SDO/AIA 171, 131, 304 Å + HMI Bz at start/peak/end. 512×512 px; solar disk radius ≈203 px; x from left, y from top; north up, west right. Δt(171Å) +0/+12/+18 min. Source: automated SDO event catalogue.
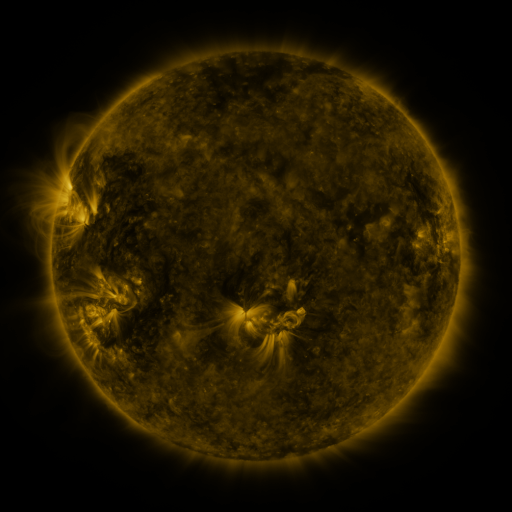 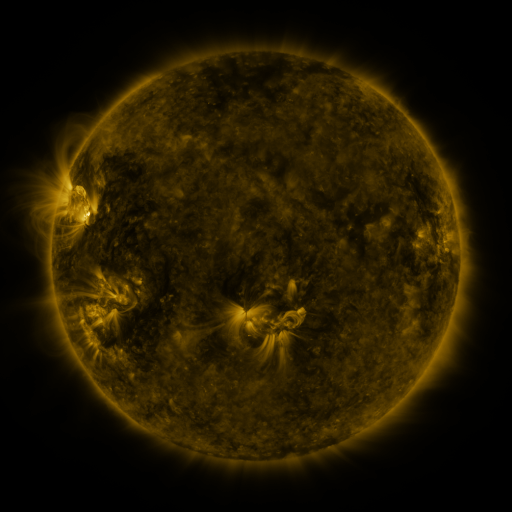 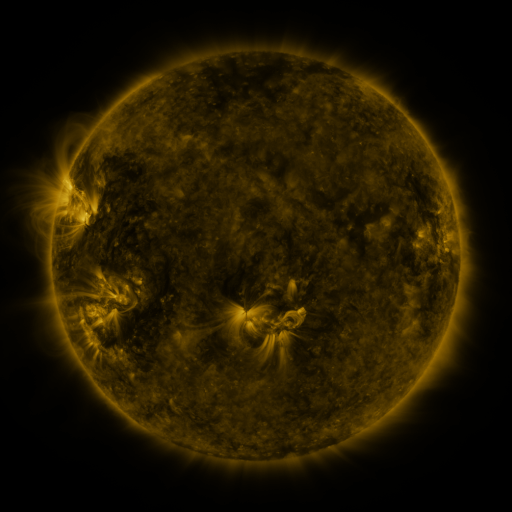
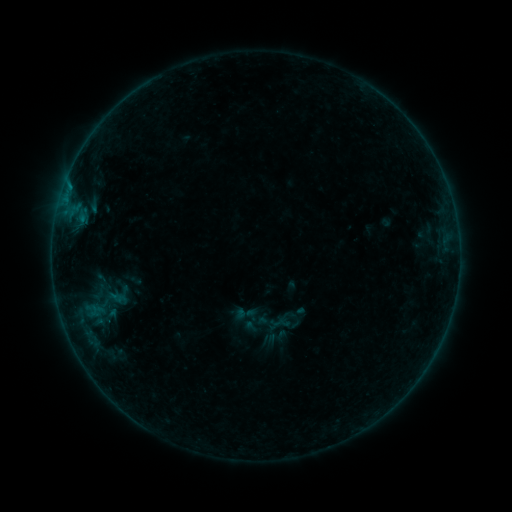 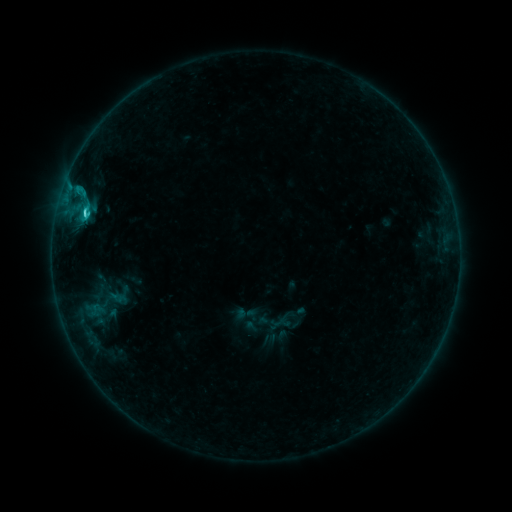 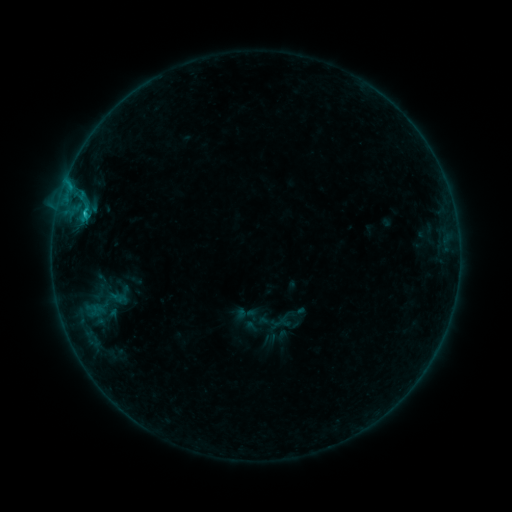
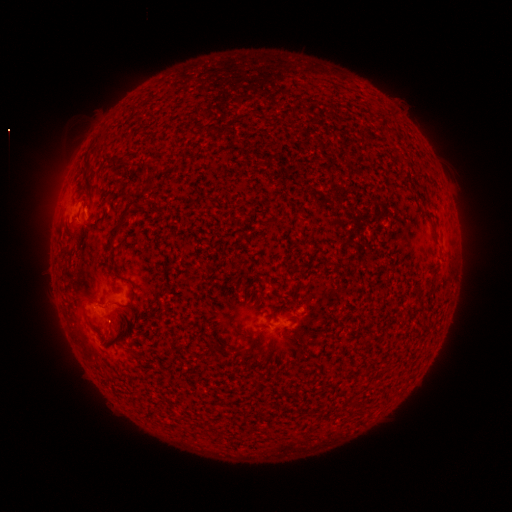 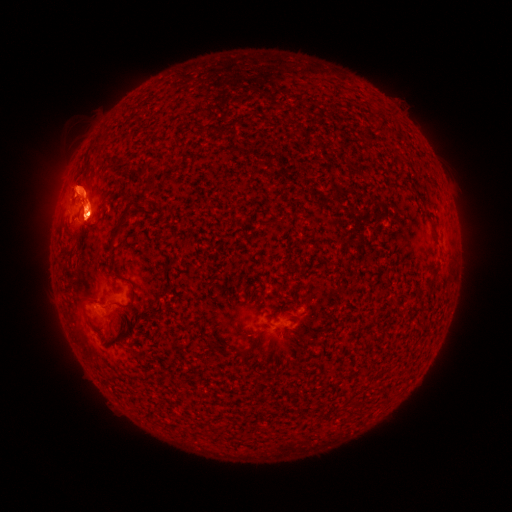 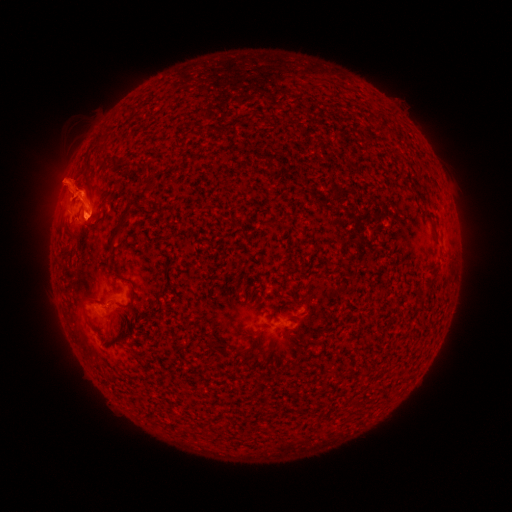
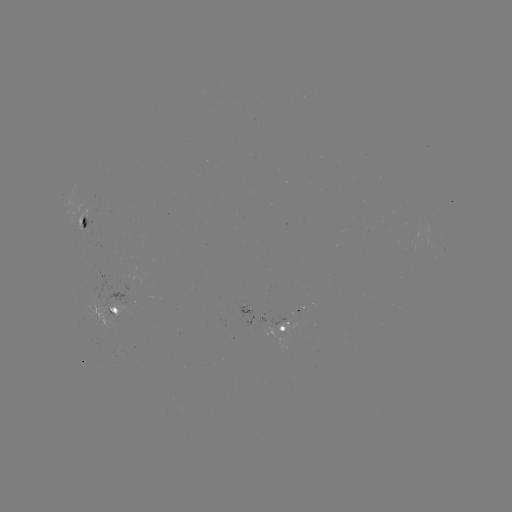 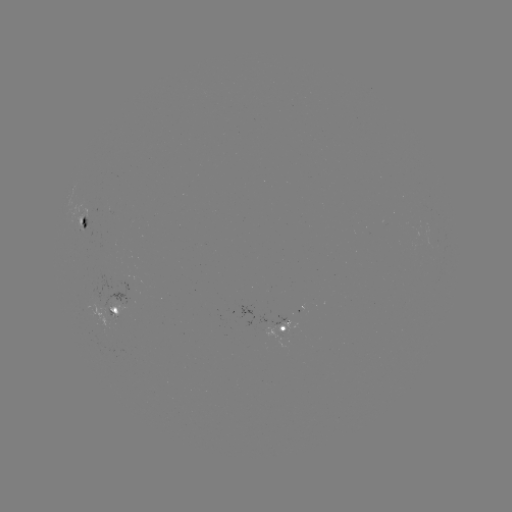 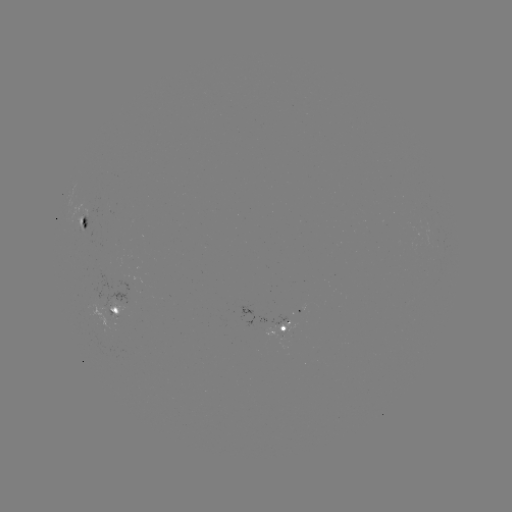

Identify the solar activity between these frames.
C1.7 flare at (85, 215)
